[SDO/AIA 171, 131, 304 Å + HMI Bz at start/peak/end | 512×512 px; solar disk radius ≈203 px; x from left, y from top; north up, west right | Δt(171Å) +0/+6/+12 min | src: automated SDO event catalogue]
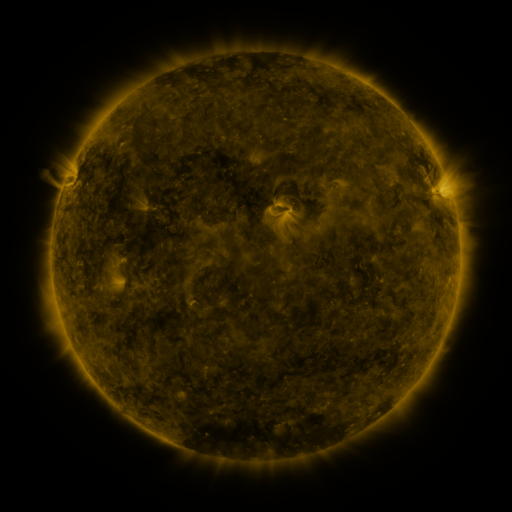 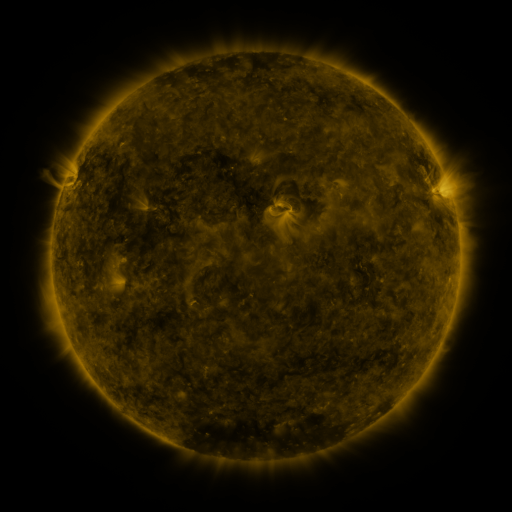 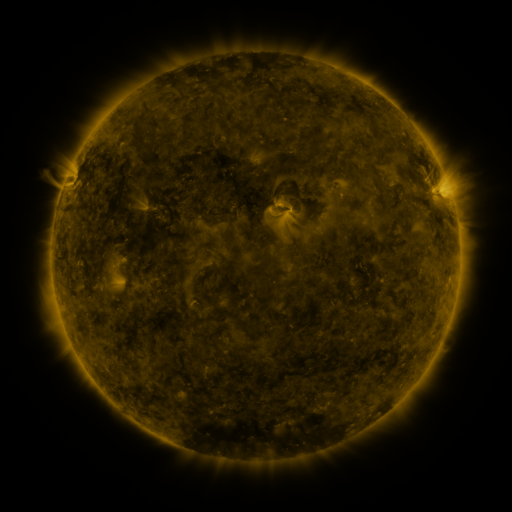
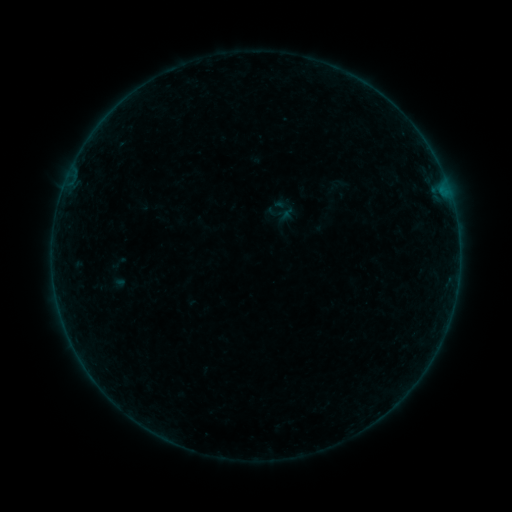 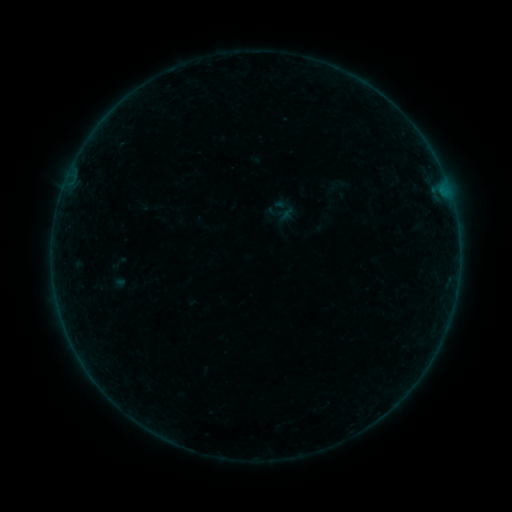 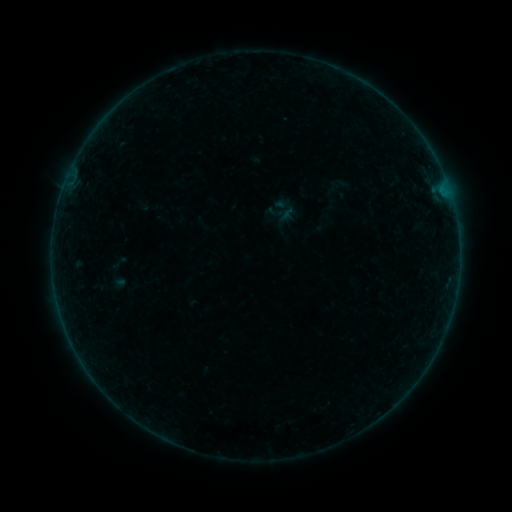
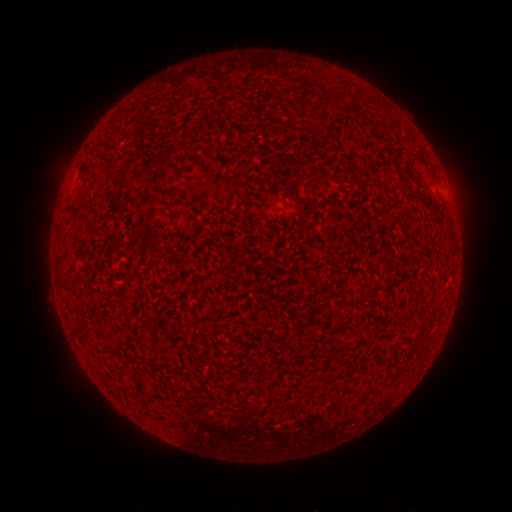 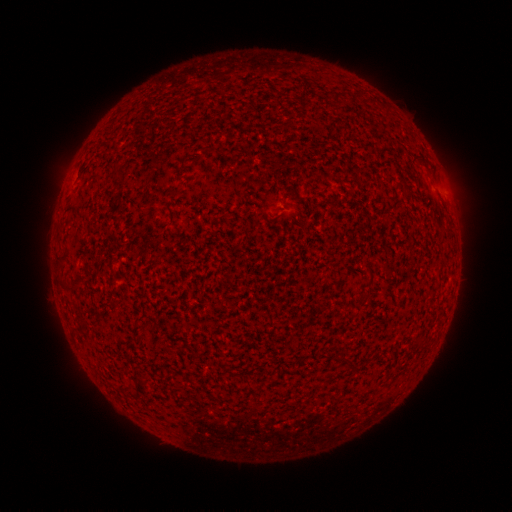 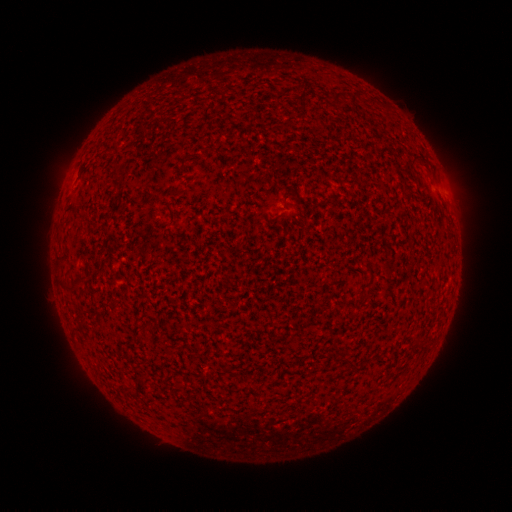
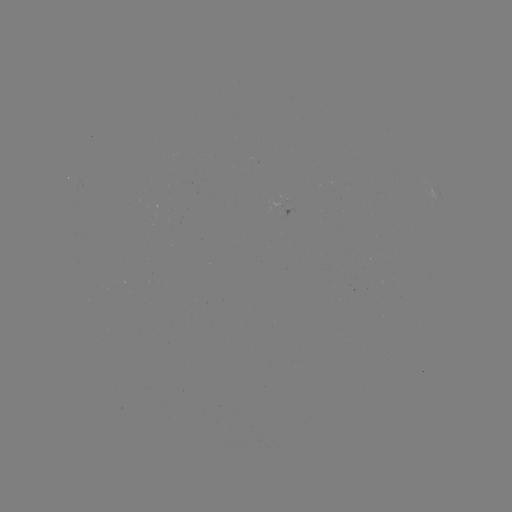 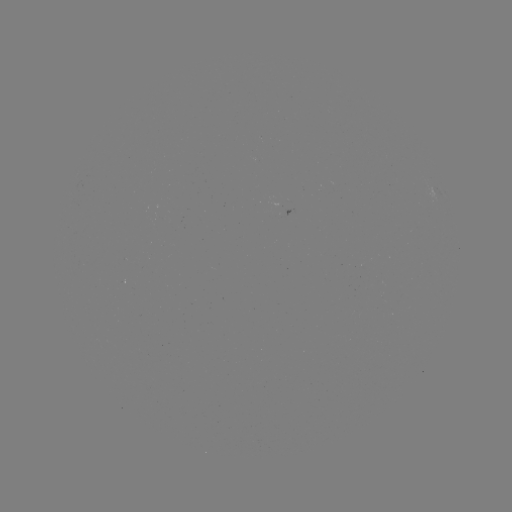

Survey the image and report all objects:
B1.8 flare: (78, 352)
